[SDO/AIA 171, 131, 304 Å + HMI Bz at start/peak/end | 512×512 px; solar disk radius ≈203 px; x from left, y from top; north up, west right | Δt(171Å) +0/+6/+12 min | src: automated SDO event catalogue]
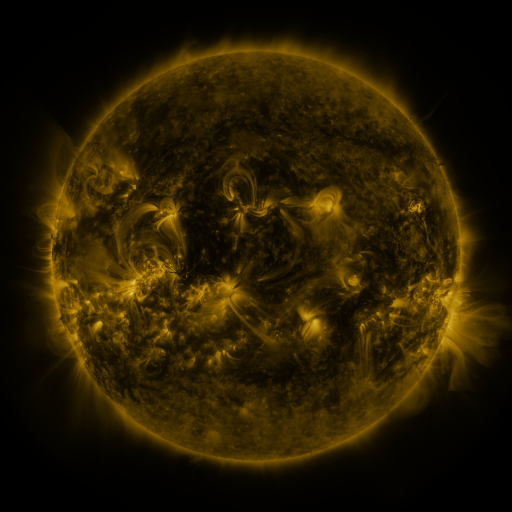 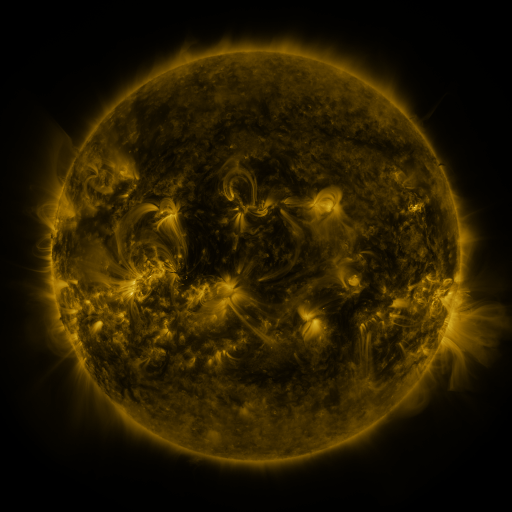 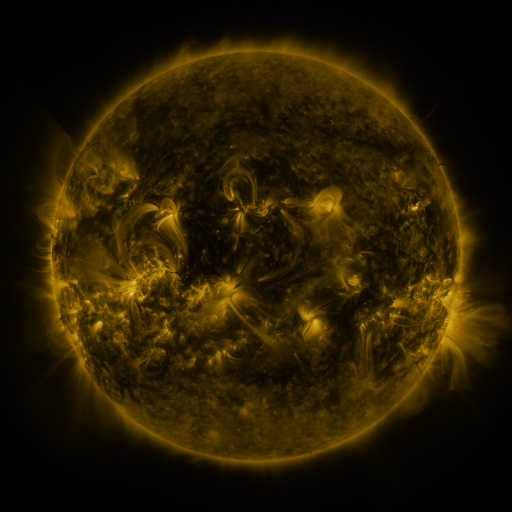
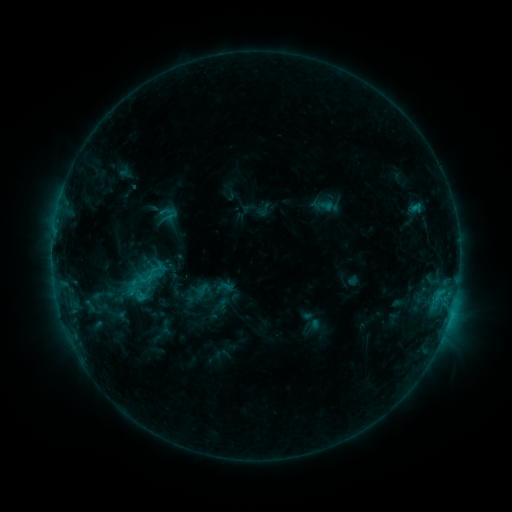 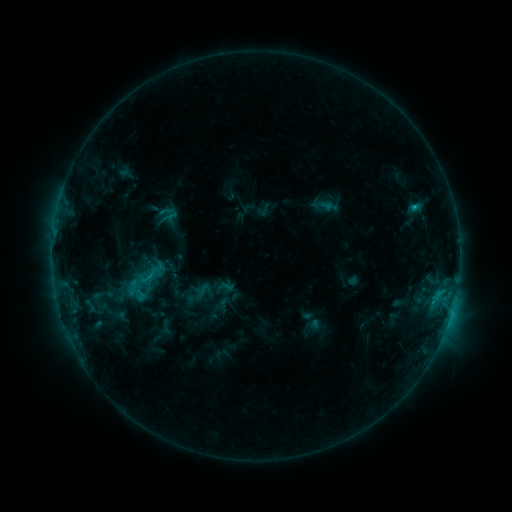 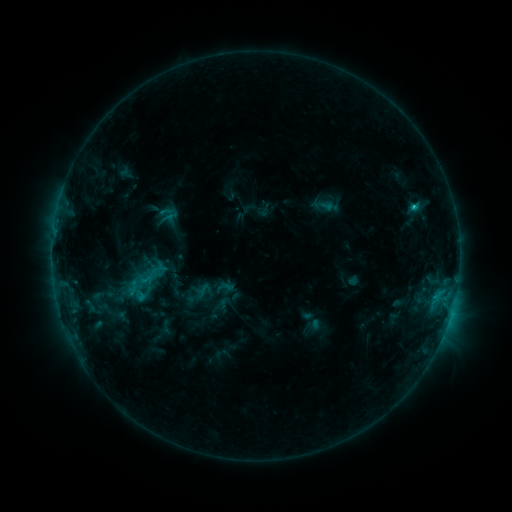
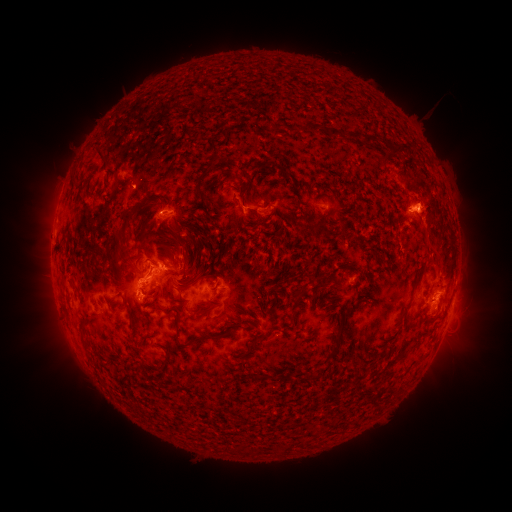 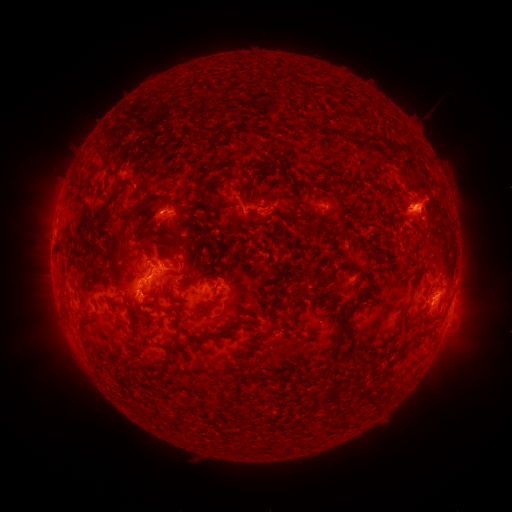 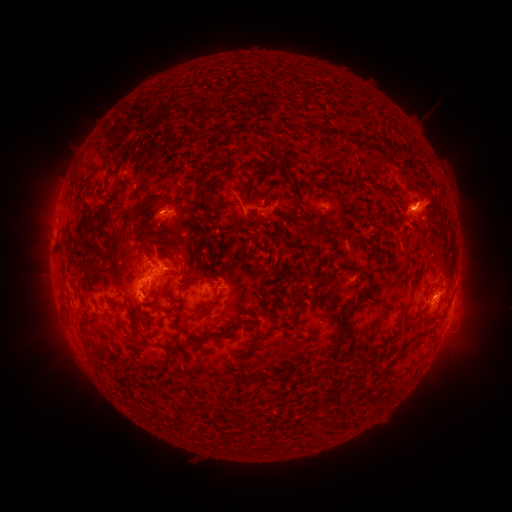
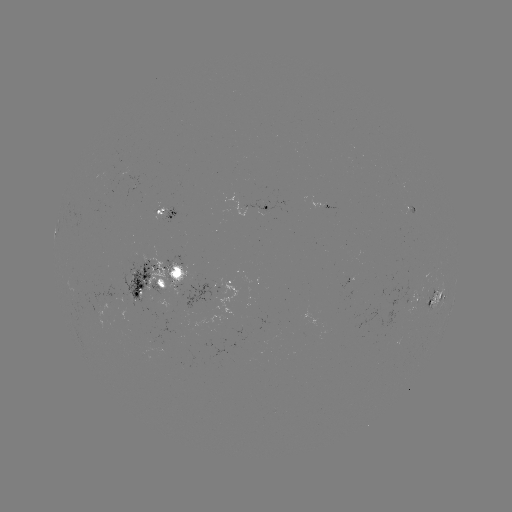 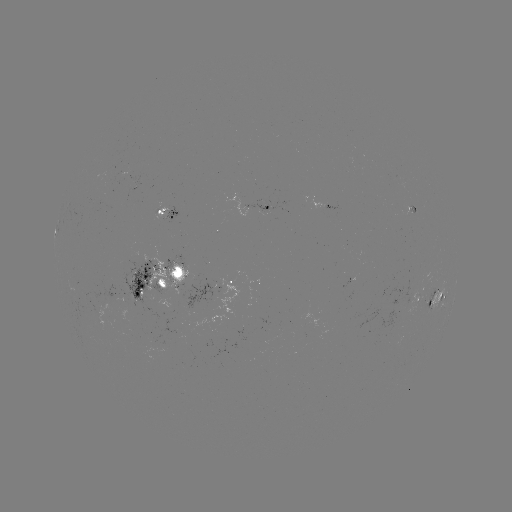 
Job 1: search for eruption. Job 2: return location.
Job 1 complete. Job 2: [437, 197].